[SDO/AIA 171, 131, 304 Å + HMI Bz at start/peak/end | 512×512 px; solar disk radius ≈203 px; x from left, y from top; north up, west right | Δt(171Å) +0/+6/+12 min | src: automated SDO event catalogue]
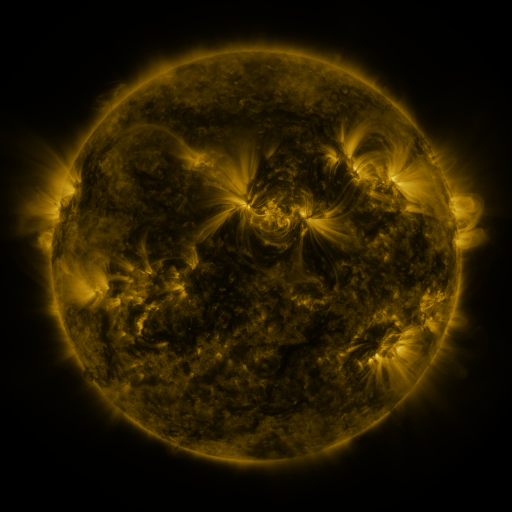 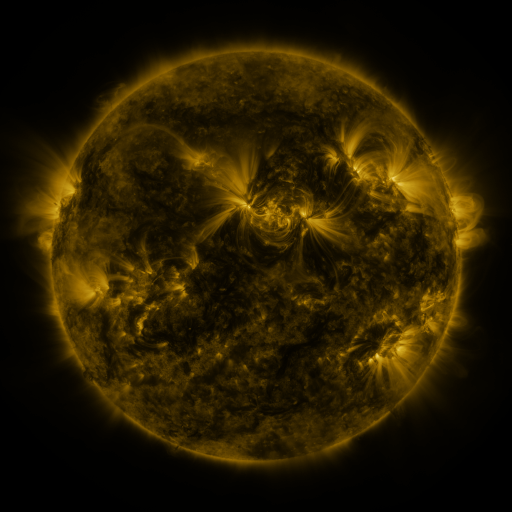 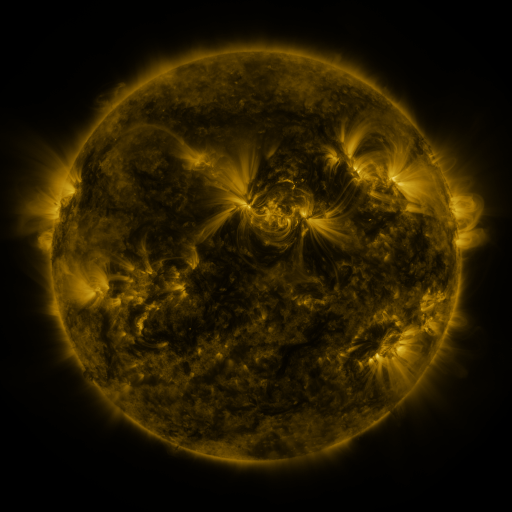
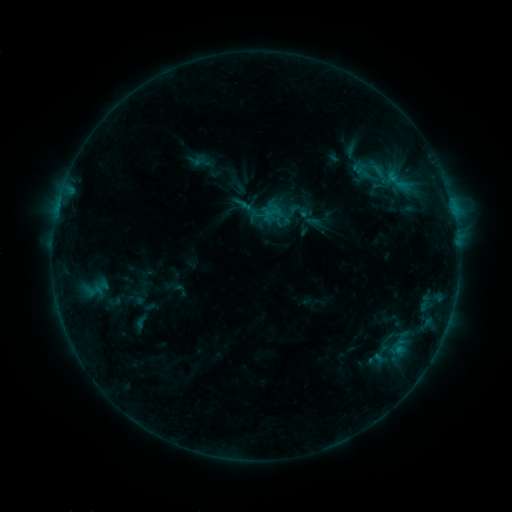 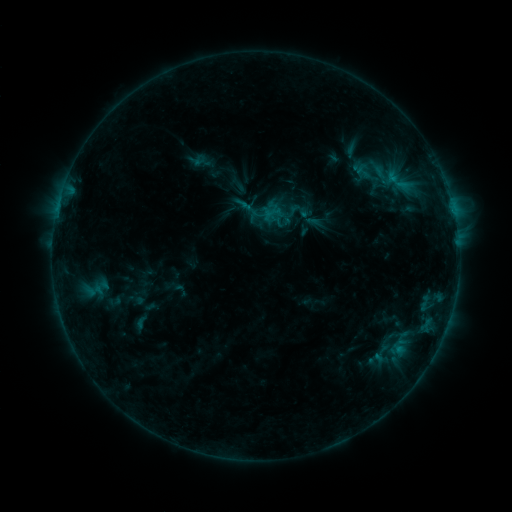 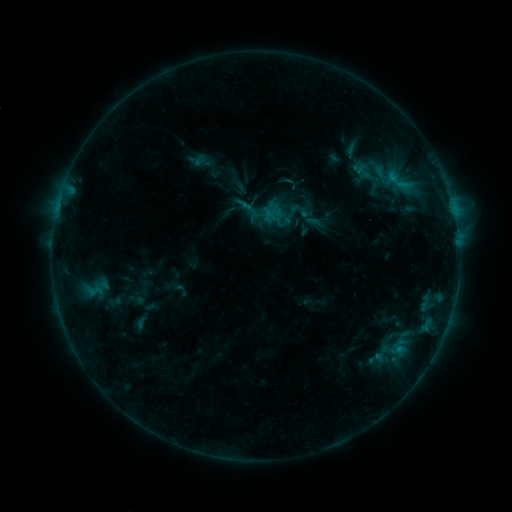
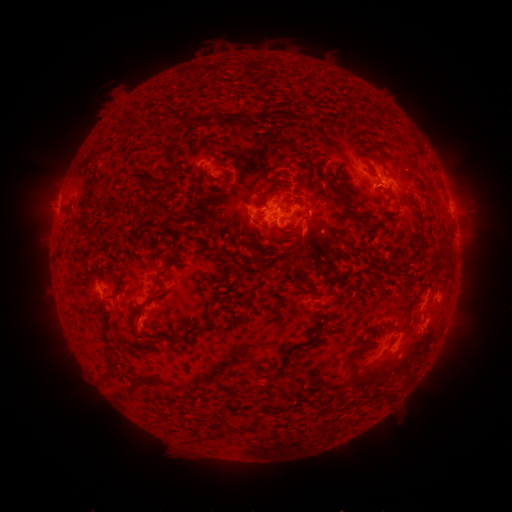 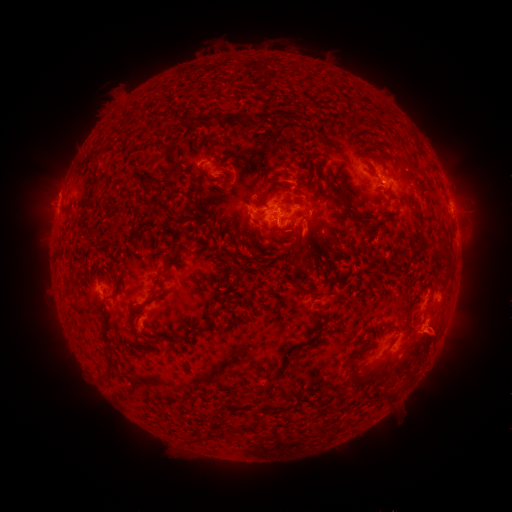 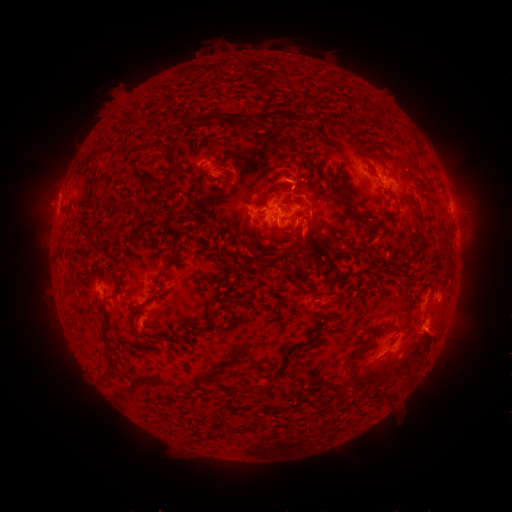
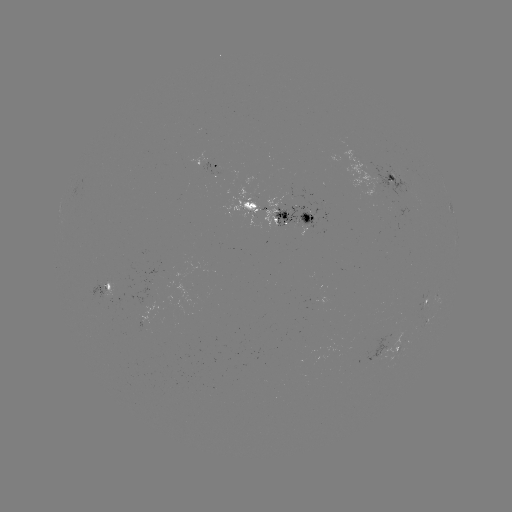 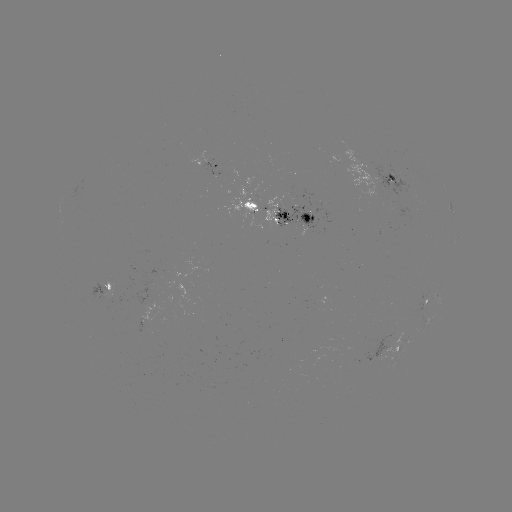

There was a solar eruption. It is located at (436, 333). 